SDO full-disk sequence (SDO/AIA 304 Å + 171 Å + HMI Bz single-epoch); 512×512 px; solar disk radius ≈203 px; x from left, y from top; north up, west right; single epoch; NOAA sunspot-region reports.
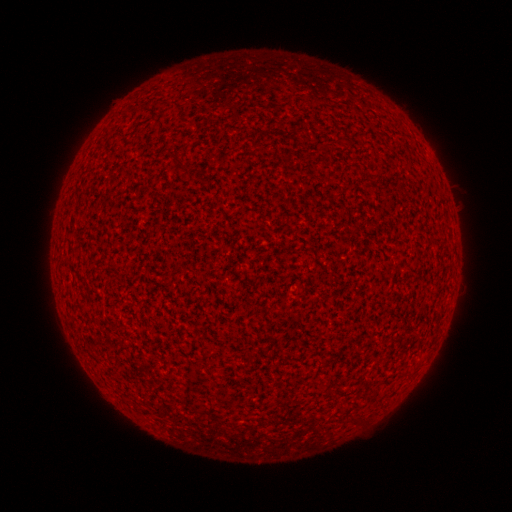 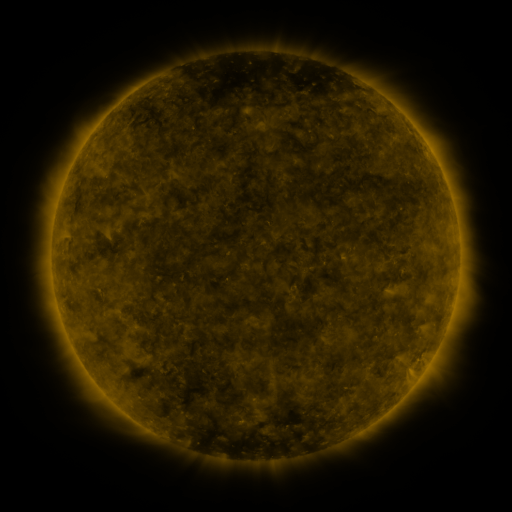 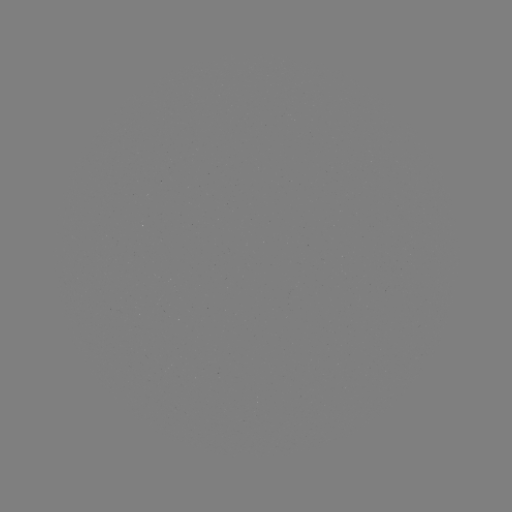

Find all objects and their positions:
(none)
